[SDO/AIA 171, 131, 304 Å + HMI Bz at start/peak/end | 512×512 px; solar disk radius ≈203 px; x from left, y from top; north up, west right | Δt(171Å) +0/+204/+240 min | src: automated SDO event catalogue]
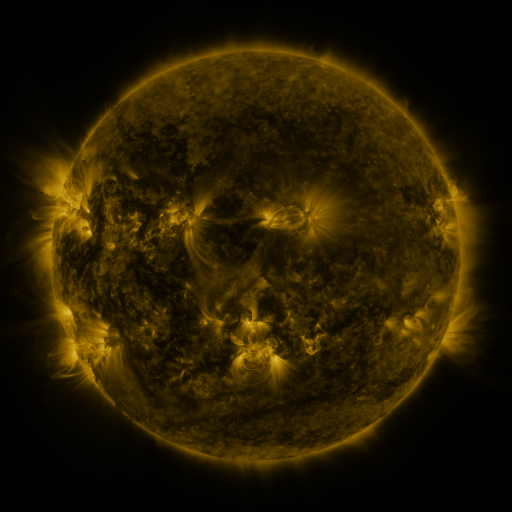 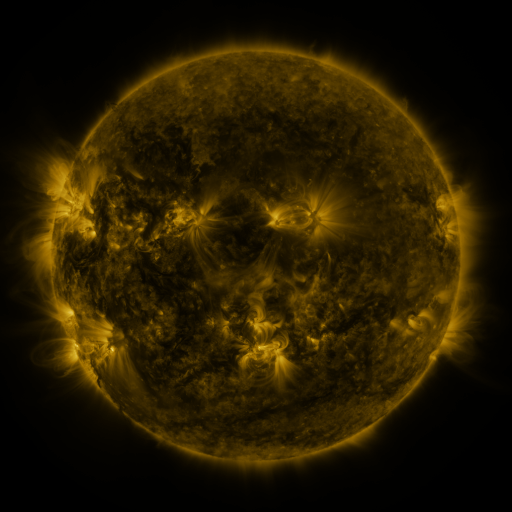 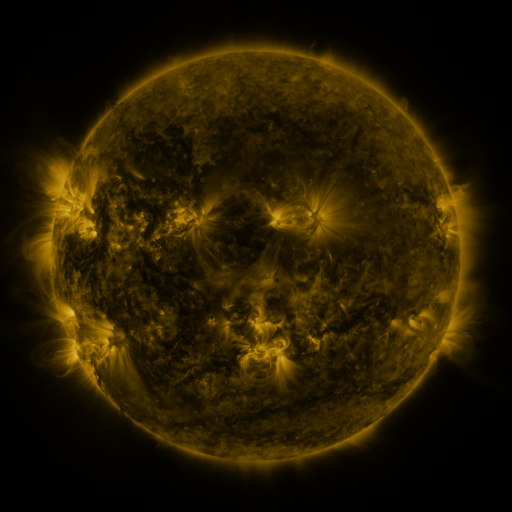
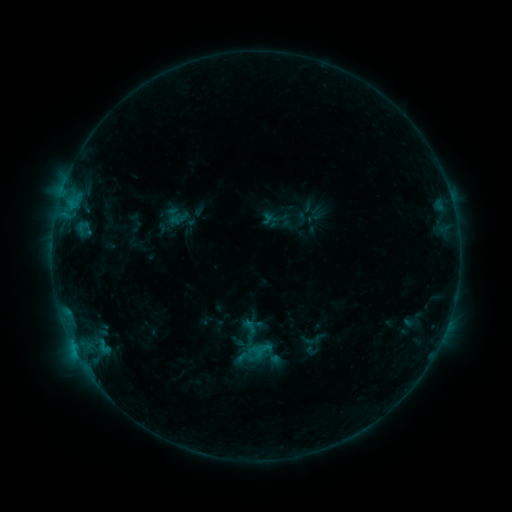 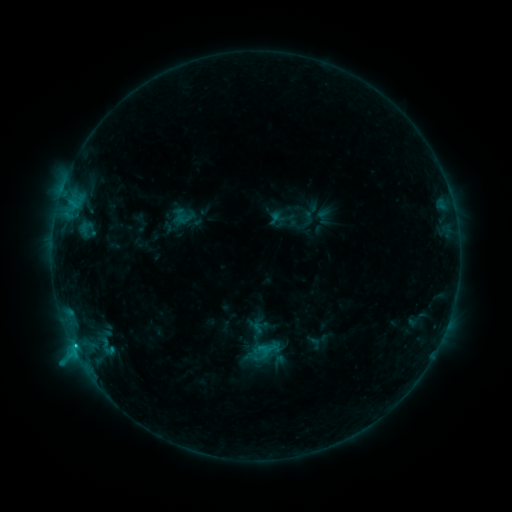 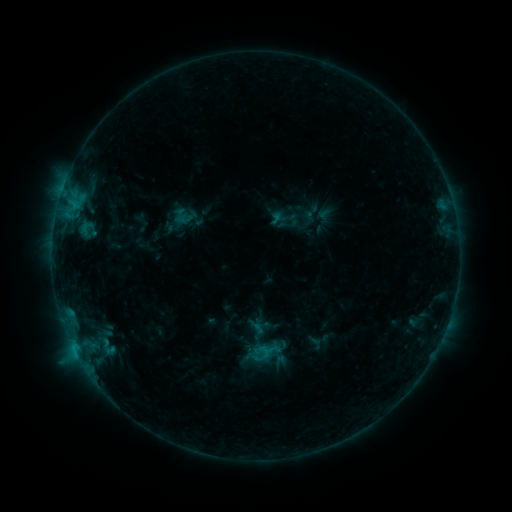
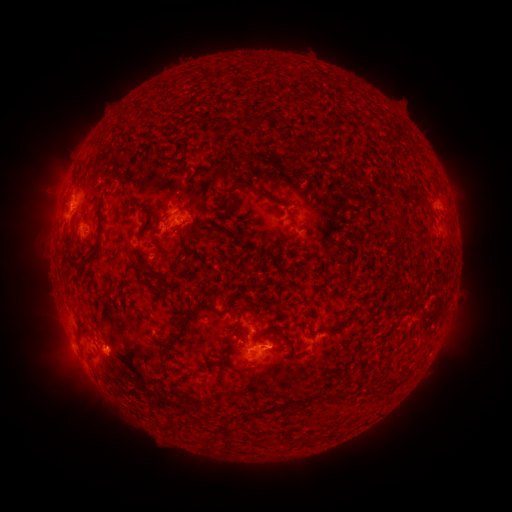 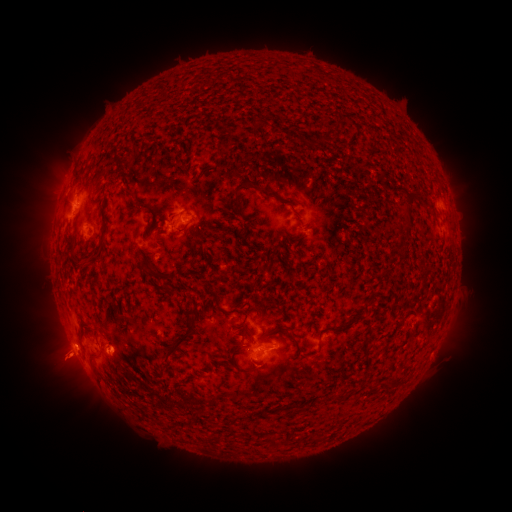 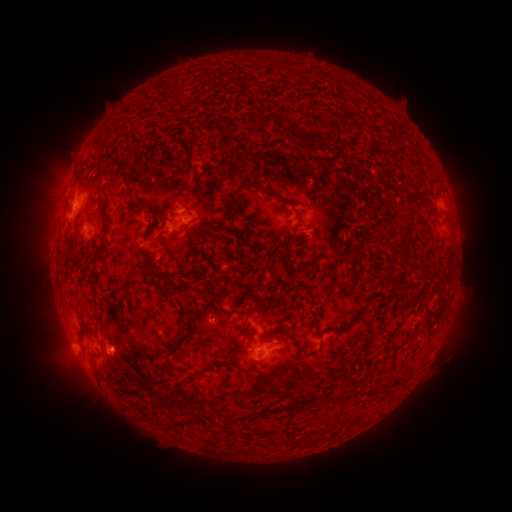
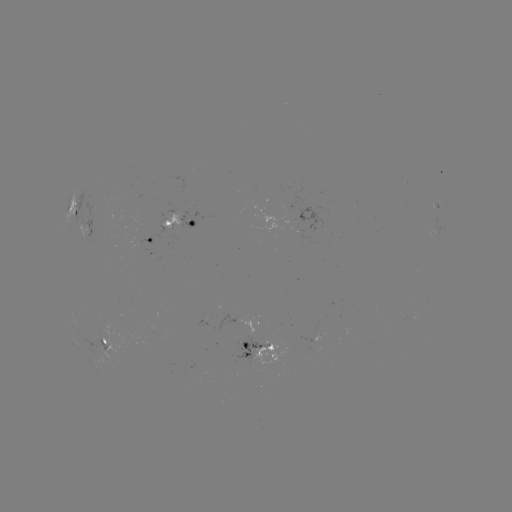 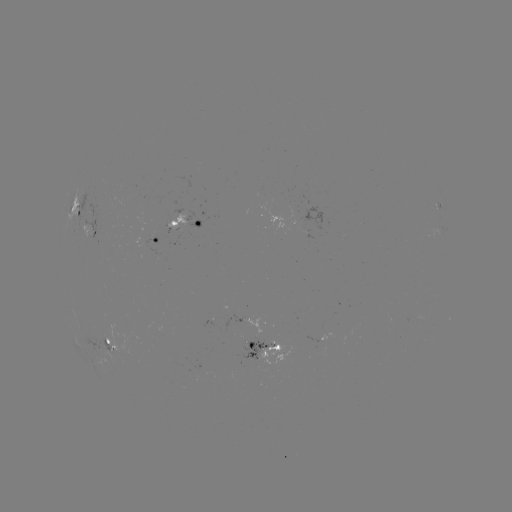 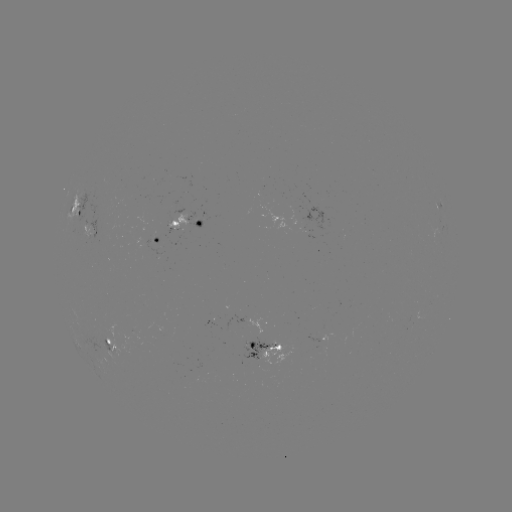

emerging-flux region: [296, 227, 306, 232]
